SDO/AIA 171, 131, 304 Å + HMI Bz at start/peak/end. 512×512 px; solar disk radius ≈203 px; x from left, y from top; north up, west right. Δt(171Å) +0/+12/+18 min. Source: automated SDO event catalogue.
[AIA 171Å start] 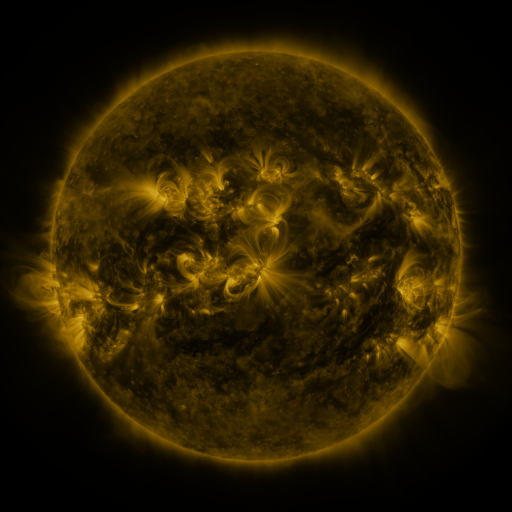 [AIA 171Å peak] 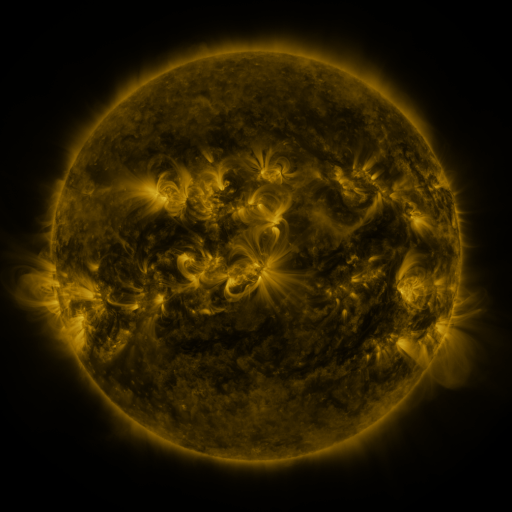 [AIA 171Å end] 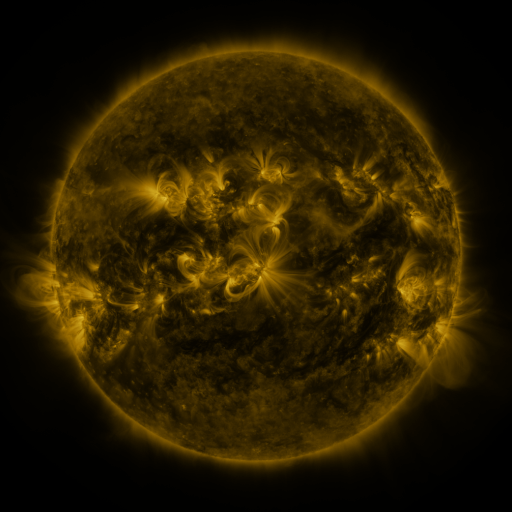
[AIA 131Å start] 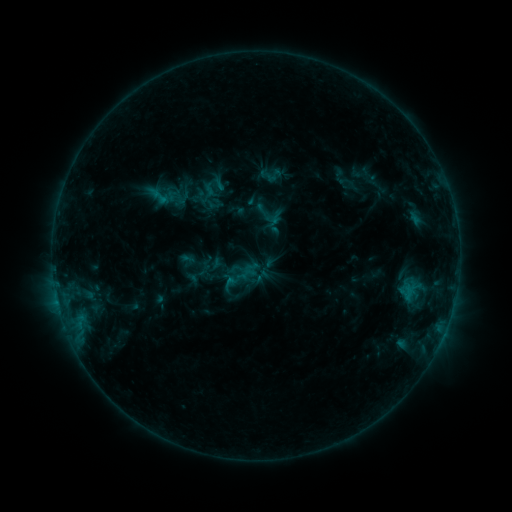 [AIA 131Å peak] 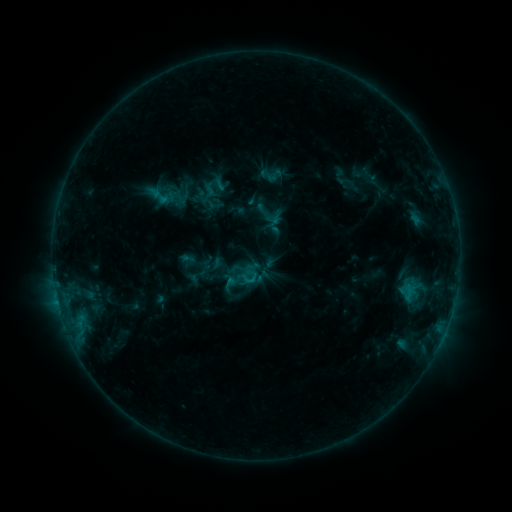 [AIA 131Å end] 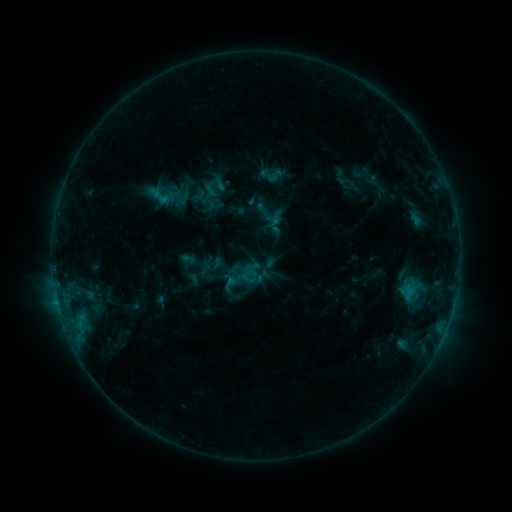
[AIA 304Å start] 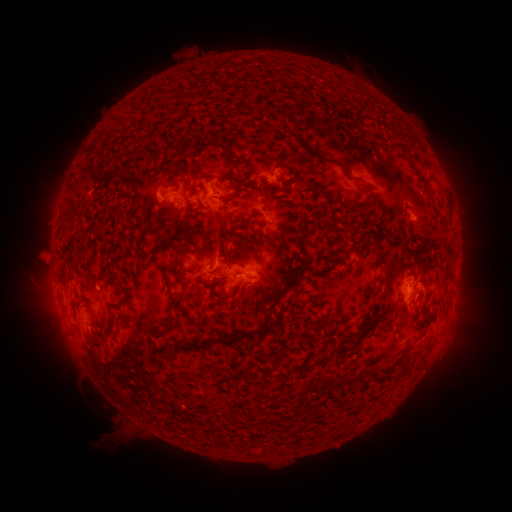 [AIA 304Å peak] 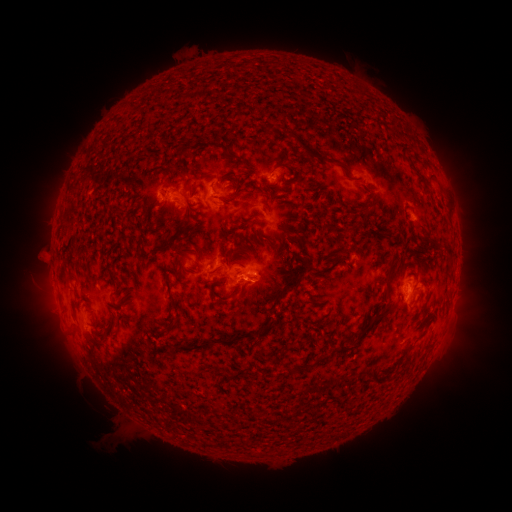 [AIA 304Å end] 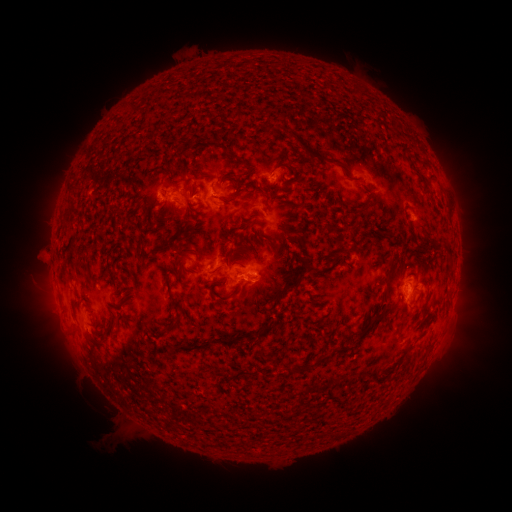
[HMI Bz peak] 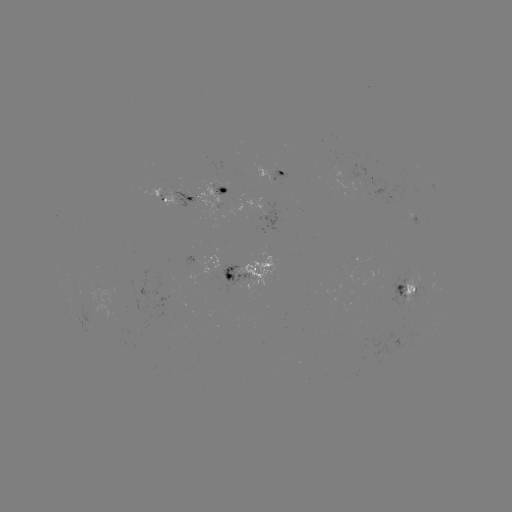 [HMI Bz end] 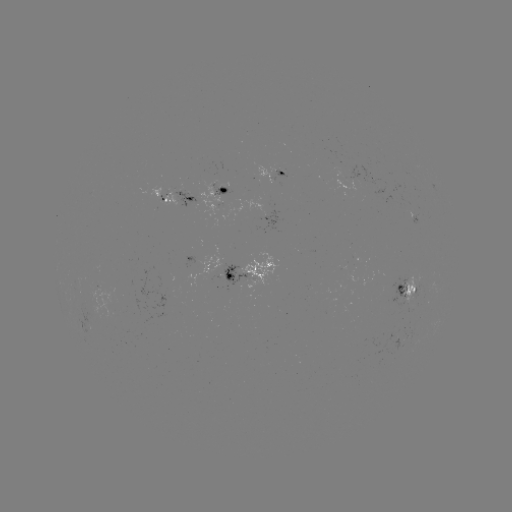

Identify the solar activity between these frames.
B6.1 flare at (252, 279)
